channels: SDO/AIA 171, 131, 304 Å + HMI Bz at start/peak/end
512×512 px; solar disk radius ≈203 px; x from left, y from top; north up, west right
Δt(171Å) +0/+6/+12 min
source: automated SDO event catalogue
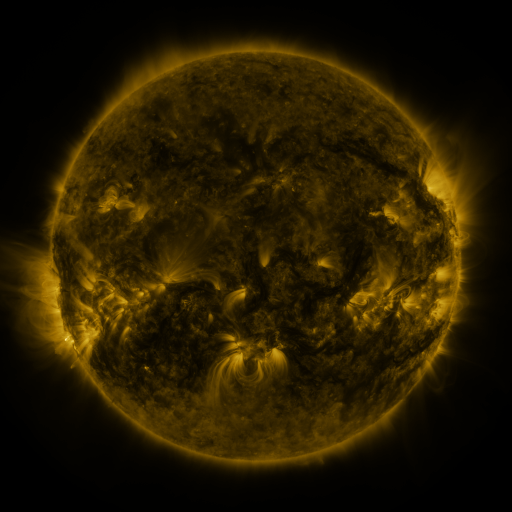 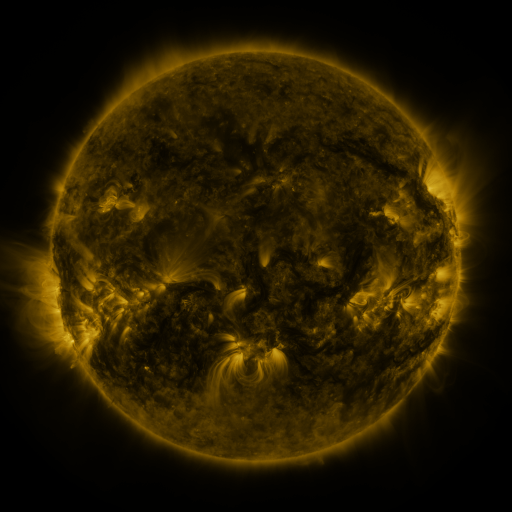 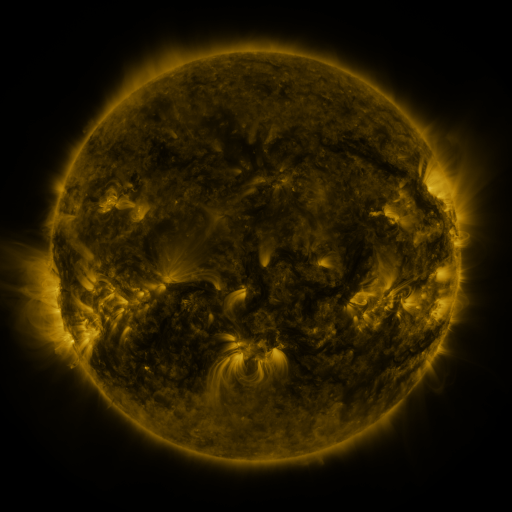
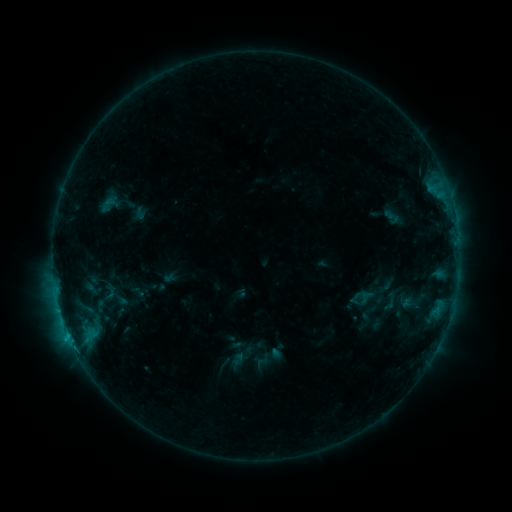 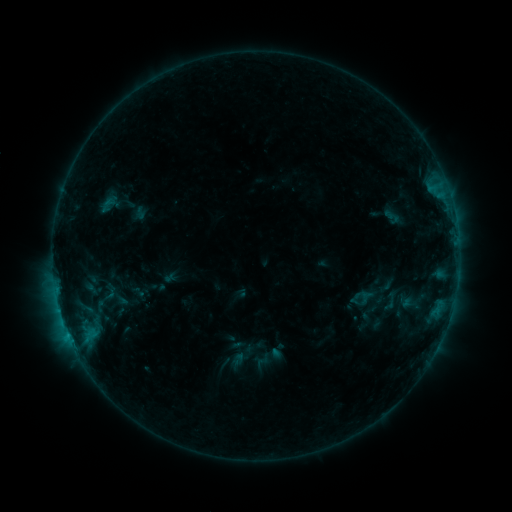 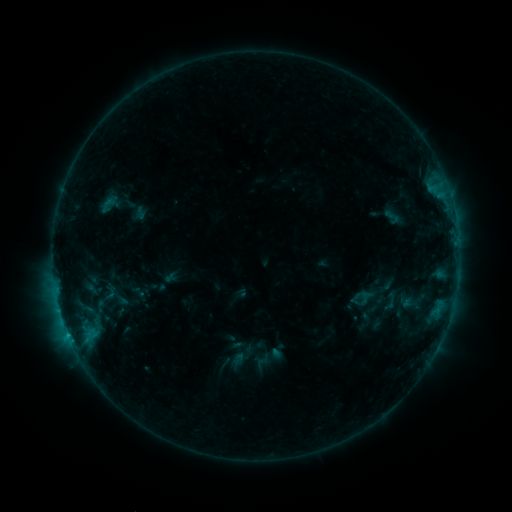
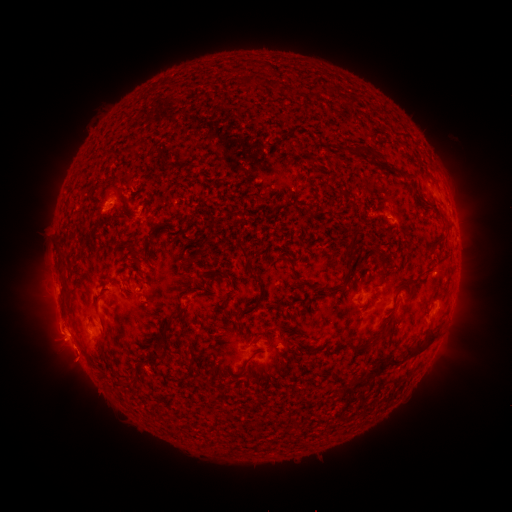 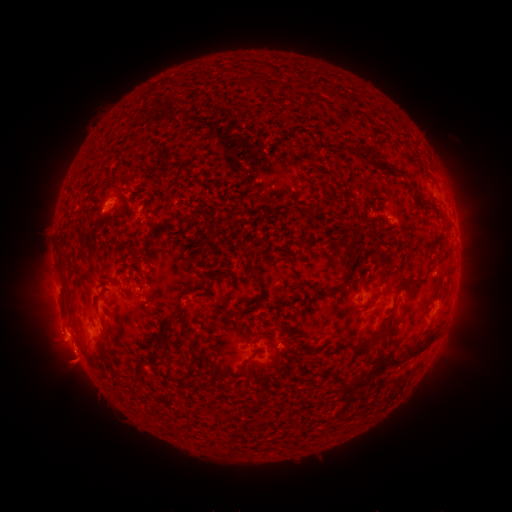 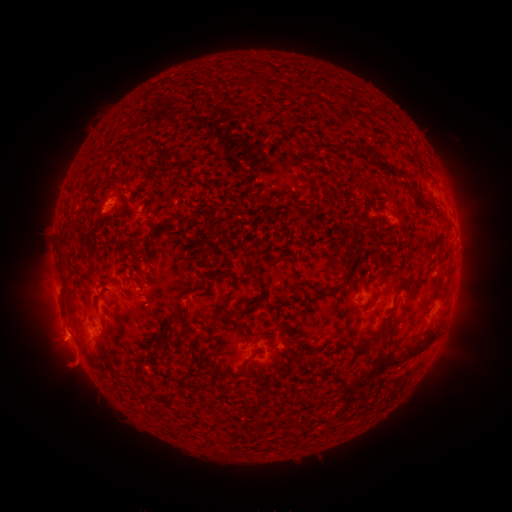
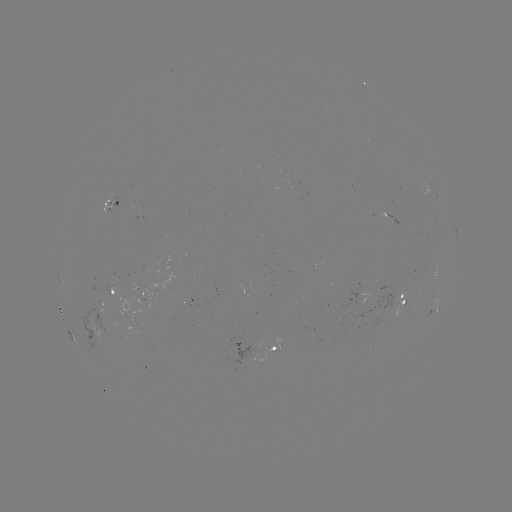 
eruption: <bbox>39, 312, 99, 394</bbox>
